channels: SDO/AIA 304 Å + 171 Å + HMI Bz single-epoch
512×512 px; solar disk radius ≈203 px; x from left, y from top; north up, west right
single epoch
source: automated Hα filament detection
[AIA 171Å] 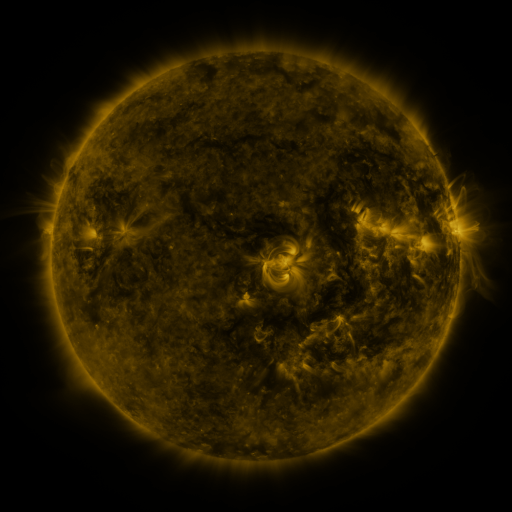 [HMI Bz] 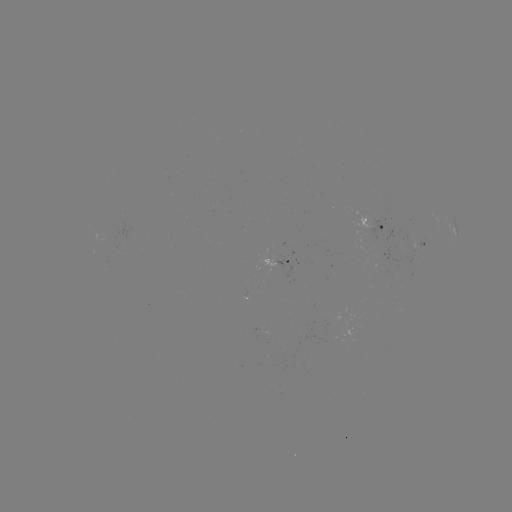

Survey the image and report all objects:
filament: (399, 158)
filament: (409, 174)
filament: (417, 191)
filament: (114, 194)
filament: (430, 222)
filament: (444, 231)
filament: (344, 248)
filament: (390, 289)
filament: (207, 343)
filament: (325, 357)
filament: (205, 388)
filament: (200, 417)
